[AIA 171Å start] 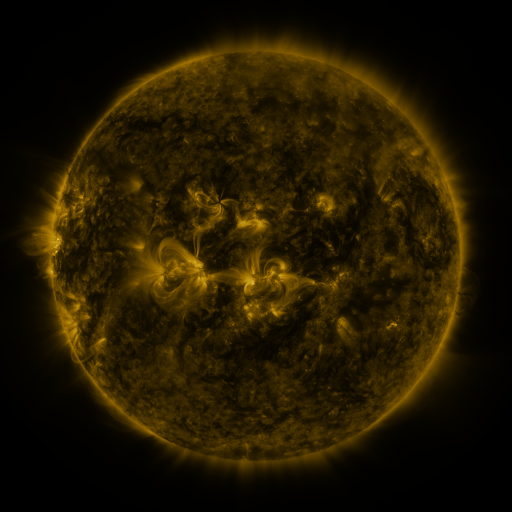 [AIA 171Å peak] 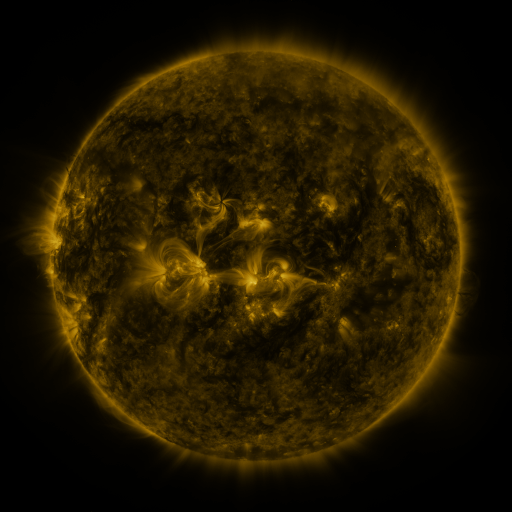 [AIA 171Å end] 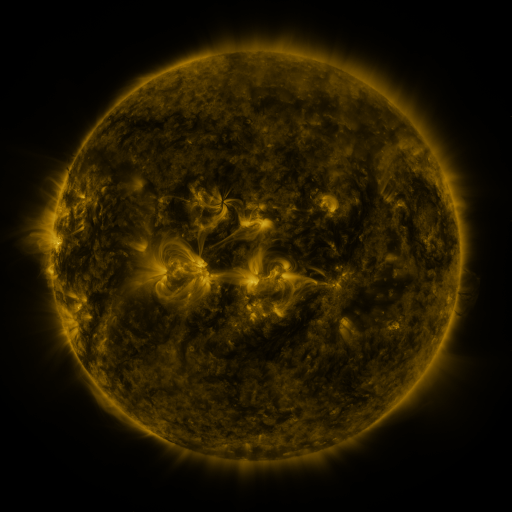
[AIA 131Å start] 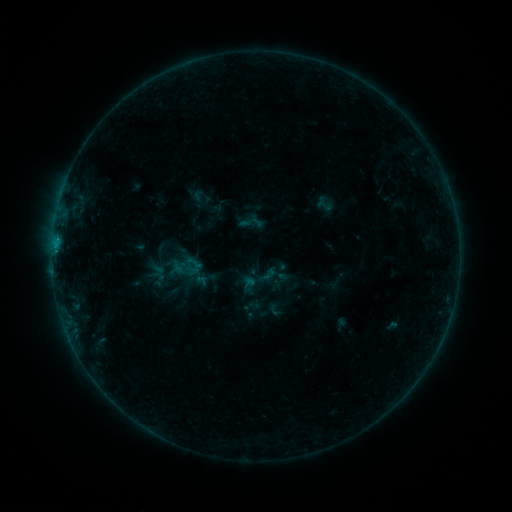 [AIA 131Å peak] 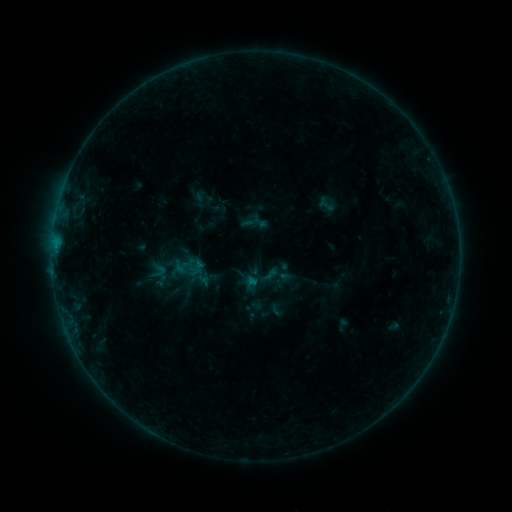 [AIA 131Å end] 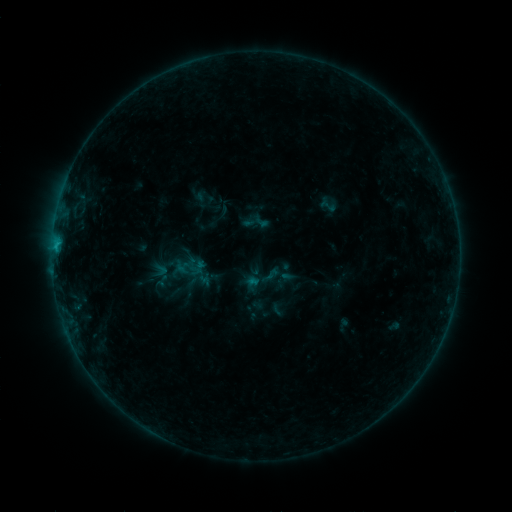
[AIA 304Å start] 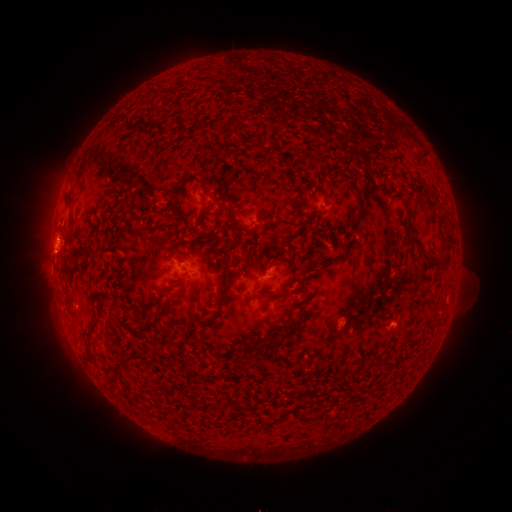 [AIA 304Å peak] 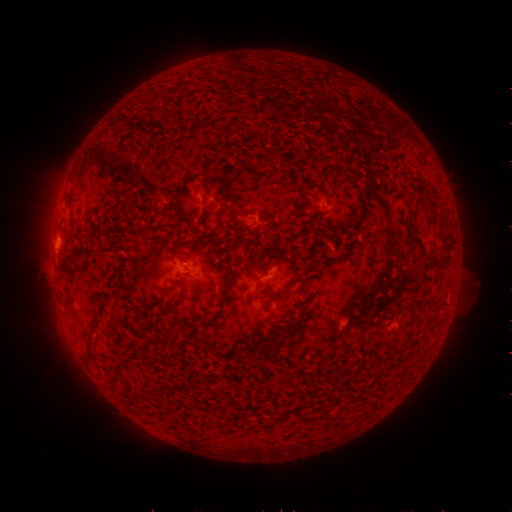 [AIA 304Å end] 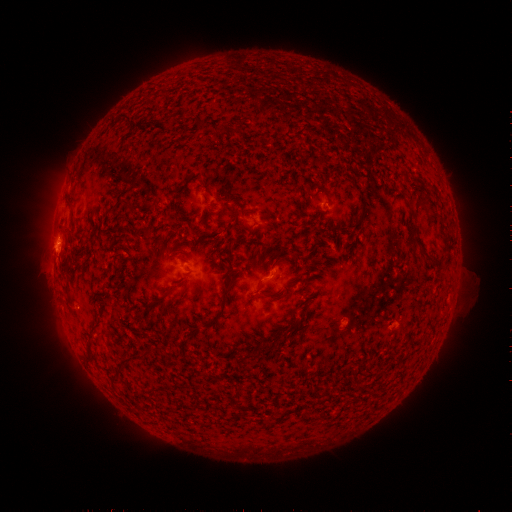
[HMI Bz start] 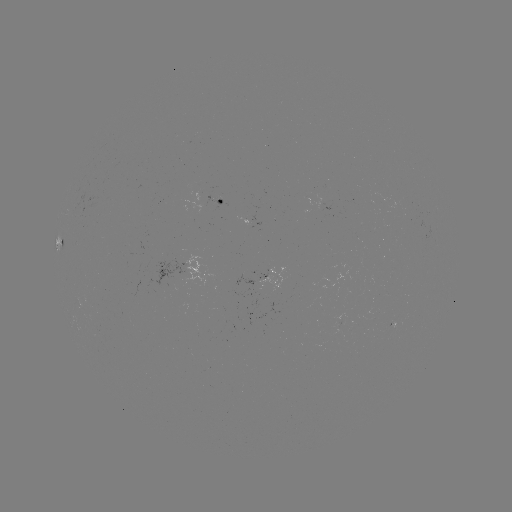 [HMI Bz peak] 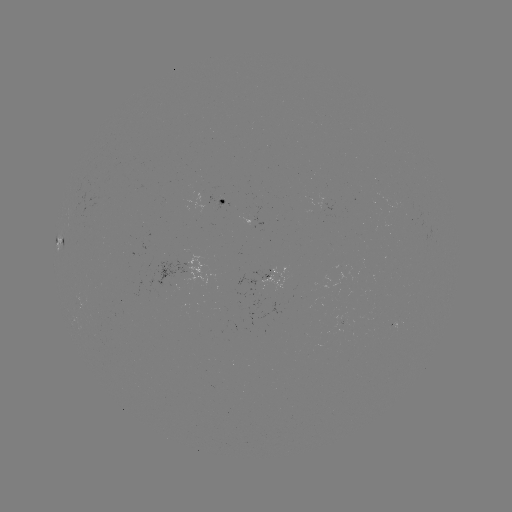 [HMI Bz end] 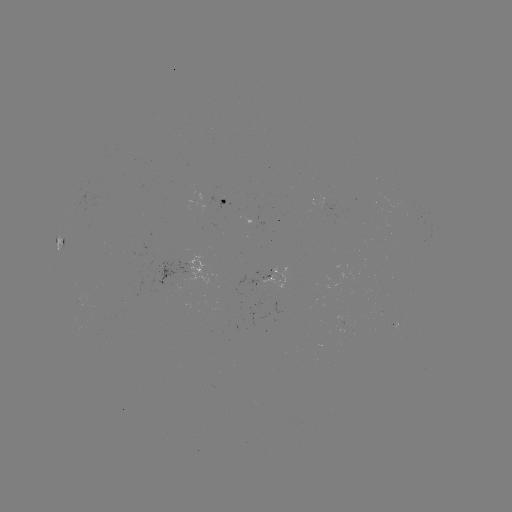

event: emerging-flux region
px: (253, 289)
